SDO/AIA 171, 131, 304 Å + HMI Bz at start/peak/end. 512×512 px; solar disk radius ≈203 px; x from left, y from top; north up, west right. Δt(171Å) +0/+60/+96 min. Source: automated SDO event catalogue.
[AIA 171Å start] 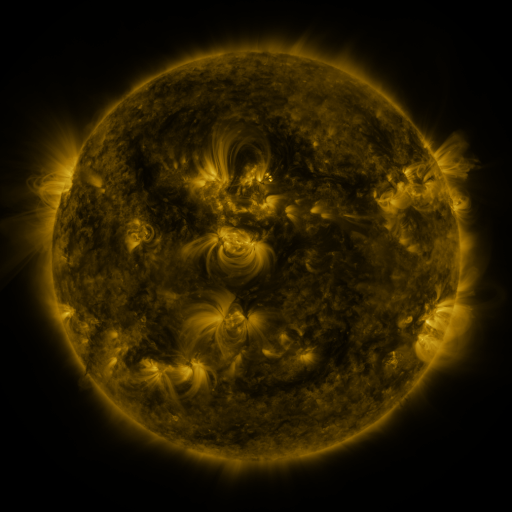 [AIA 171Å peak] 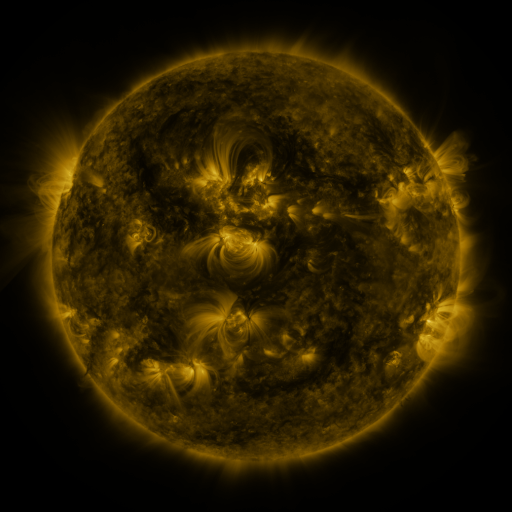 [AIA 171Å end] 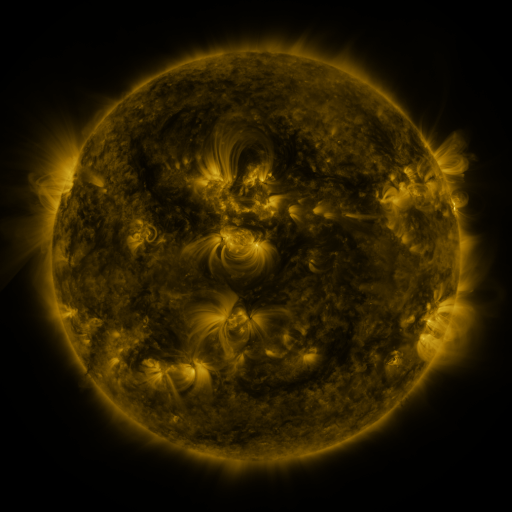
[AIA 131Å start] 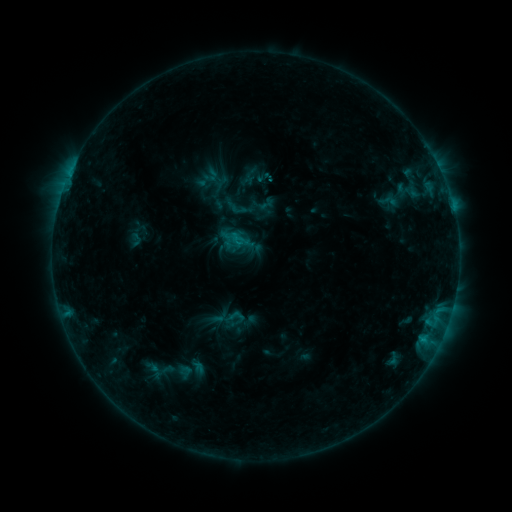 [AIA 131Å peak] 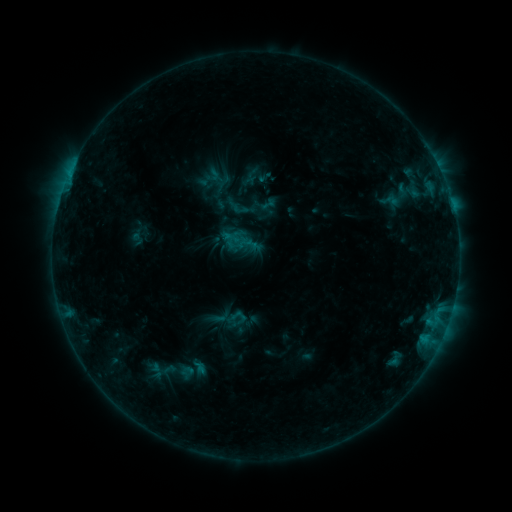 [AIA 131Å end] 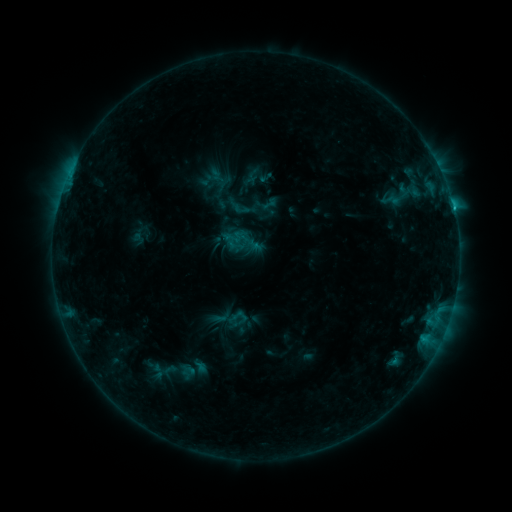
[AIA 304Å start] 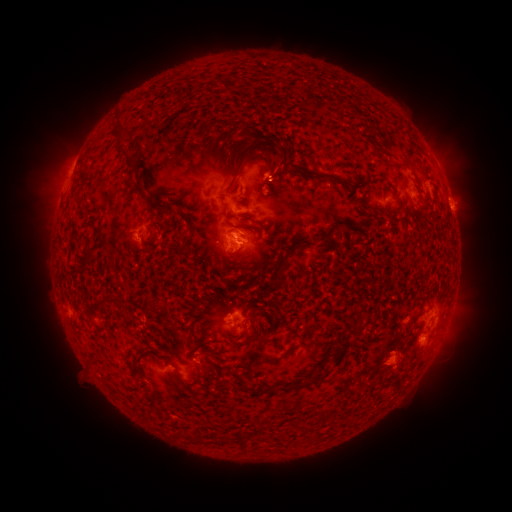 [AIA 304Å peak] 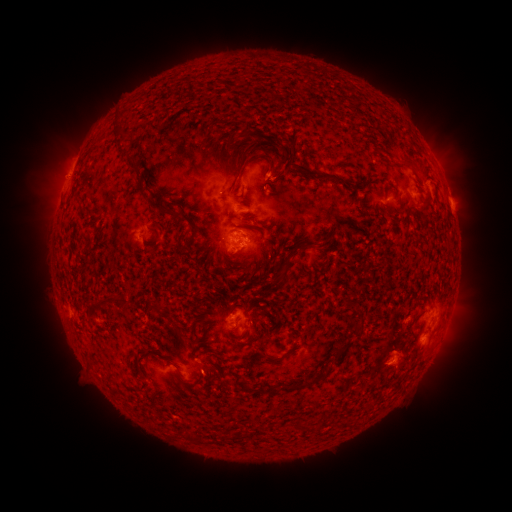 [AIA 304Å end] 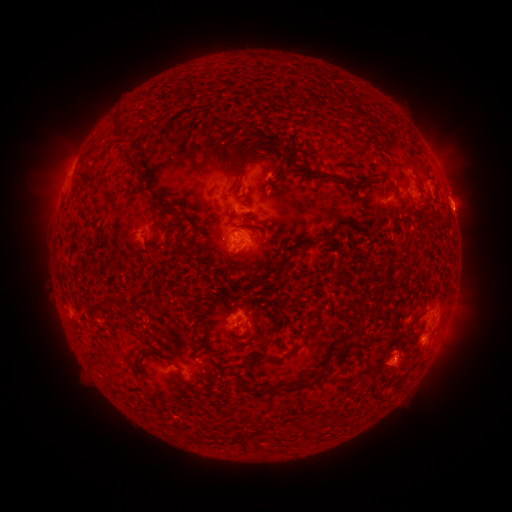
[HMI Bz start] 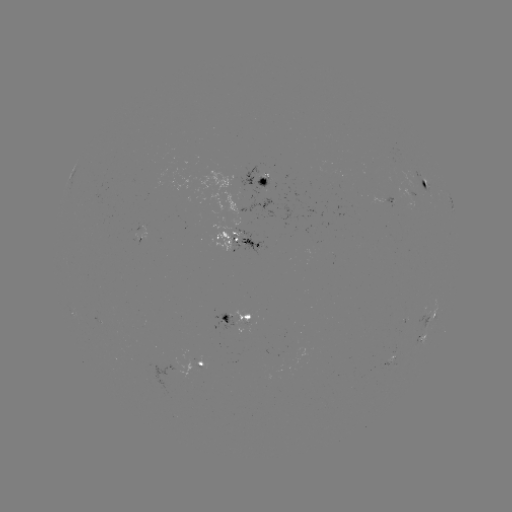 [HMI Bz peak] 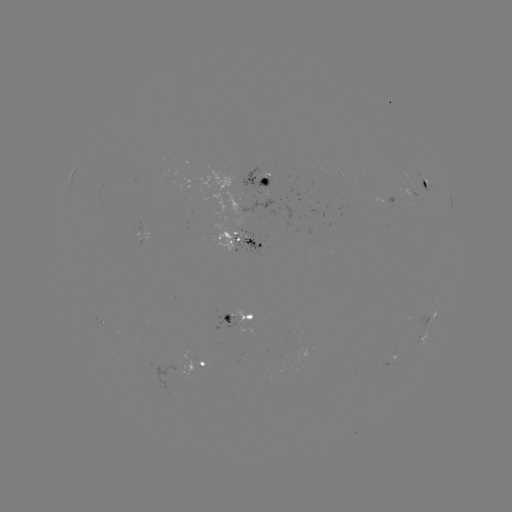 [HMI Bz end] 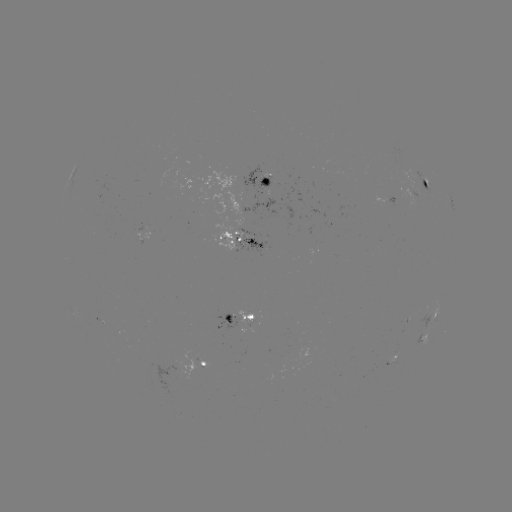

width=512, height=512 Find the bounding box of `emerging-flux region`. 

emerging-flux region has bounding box [231, 235, 242, 253].